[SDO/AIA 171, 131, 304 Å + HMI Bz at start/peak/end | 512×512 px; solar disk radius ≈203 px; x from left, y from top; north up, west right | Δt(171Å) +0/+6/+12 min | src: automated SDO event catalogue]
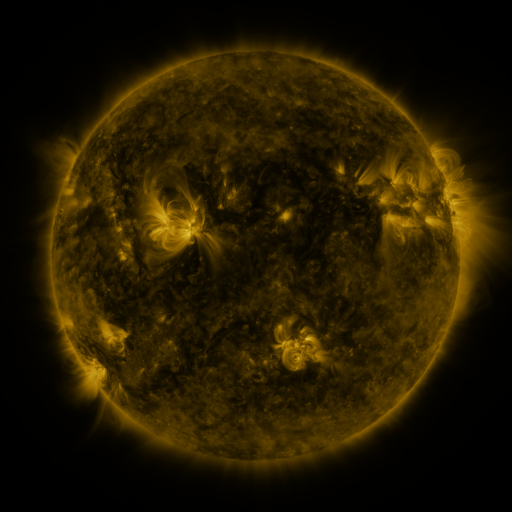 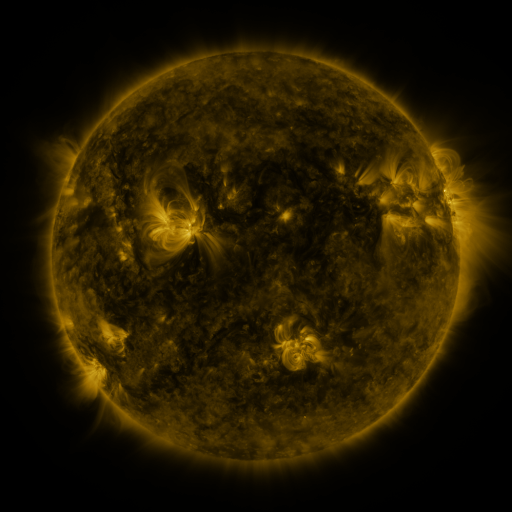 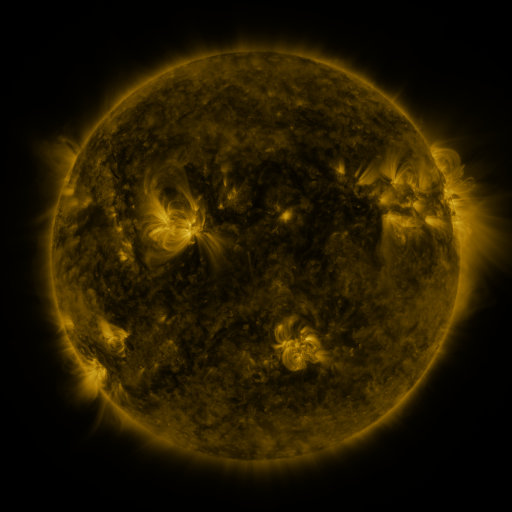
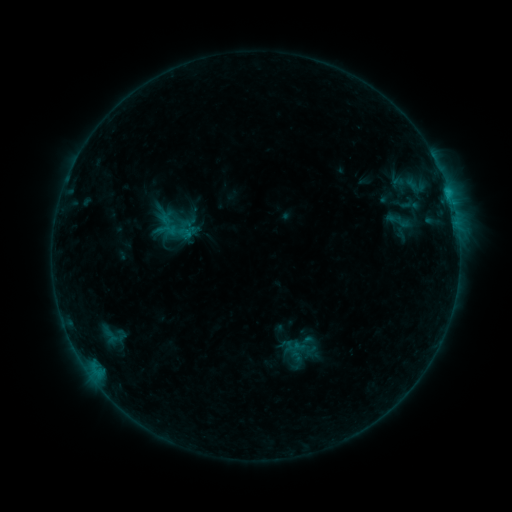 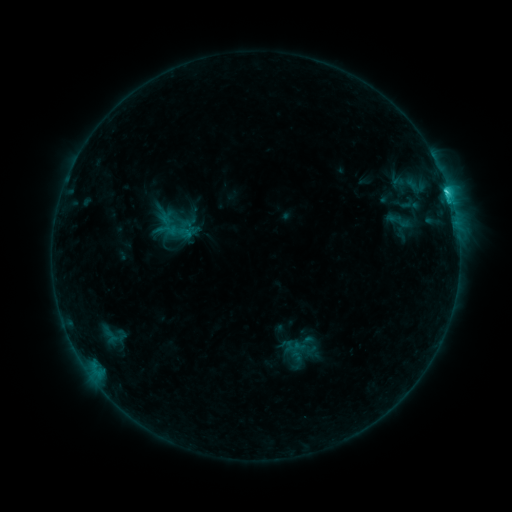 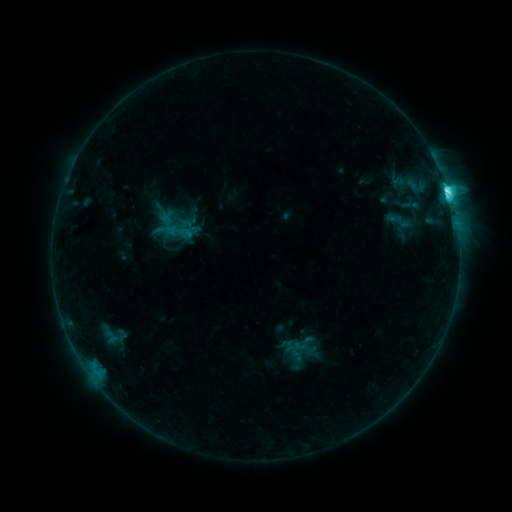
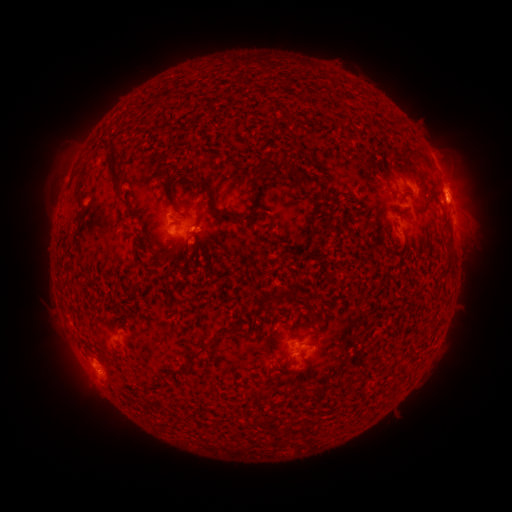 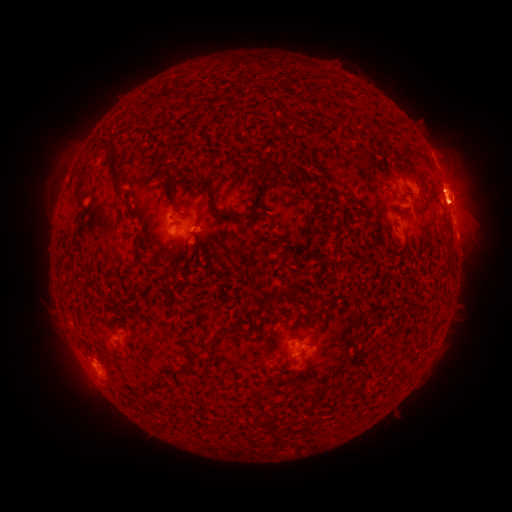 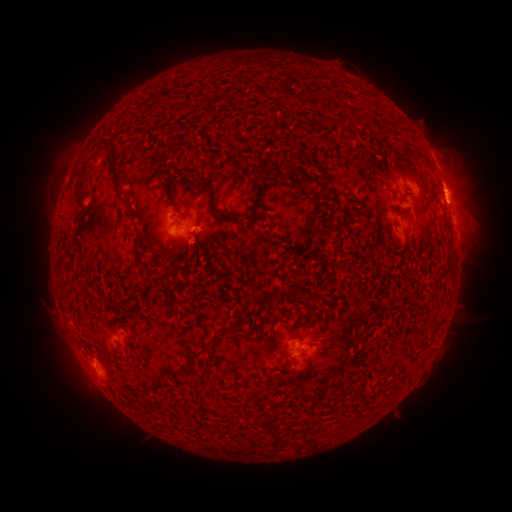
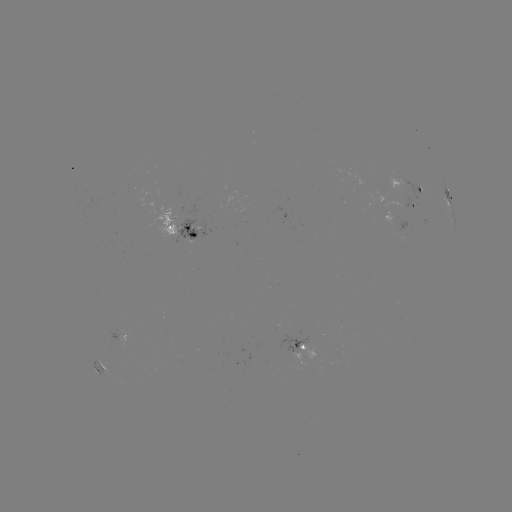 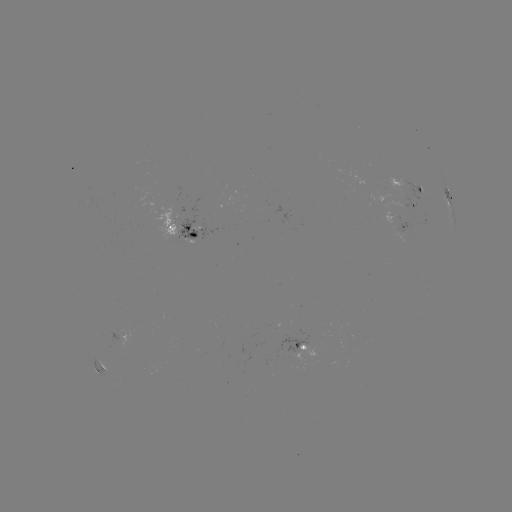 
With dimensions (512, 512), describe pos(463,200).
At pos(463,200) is eruption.